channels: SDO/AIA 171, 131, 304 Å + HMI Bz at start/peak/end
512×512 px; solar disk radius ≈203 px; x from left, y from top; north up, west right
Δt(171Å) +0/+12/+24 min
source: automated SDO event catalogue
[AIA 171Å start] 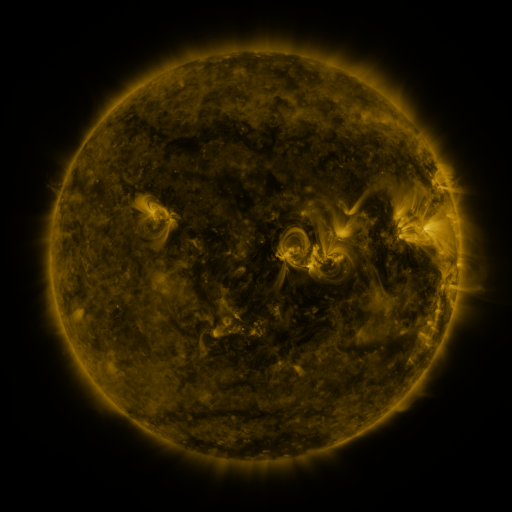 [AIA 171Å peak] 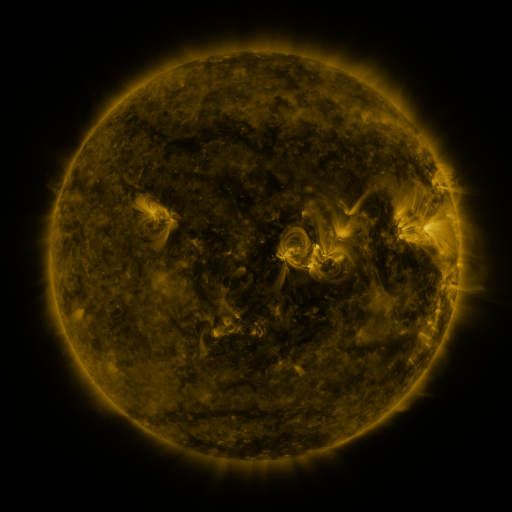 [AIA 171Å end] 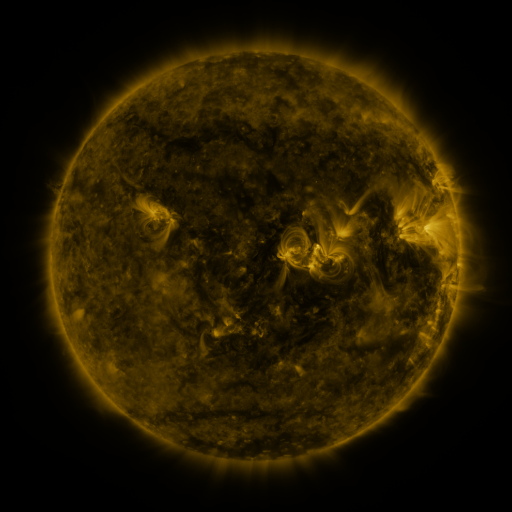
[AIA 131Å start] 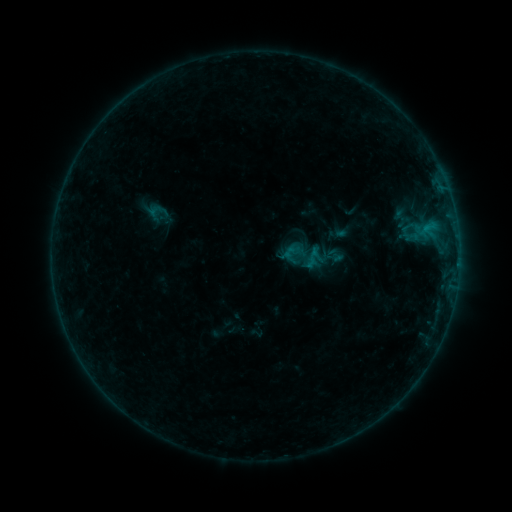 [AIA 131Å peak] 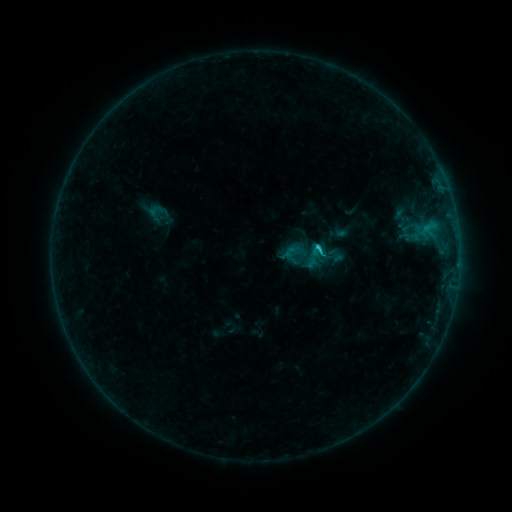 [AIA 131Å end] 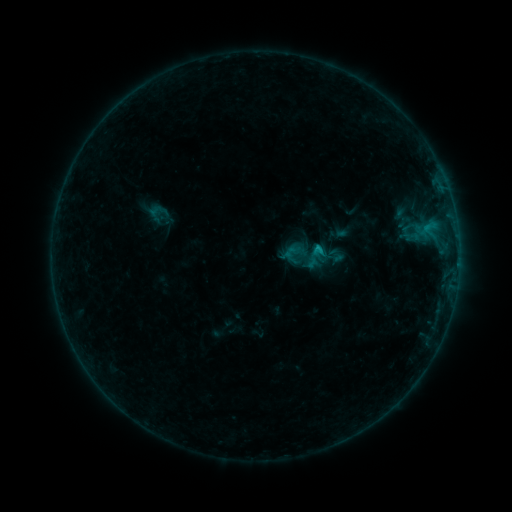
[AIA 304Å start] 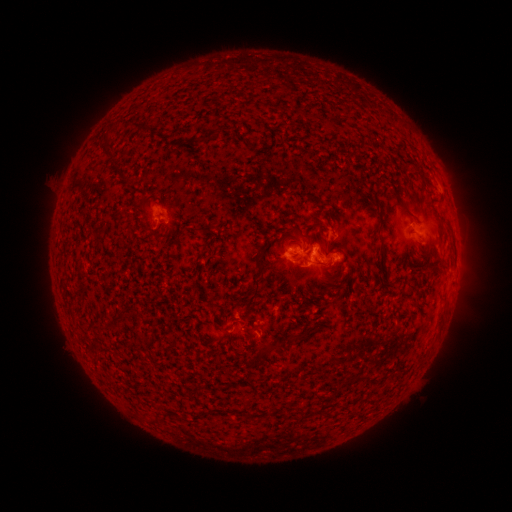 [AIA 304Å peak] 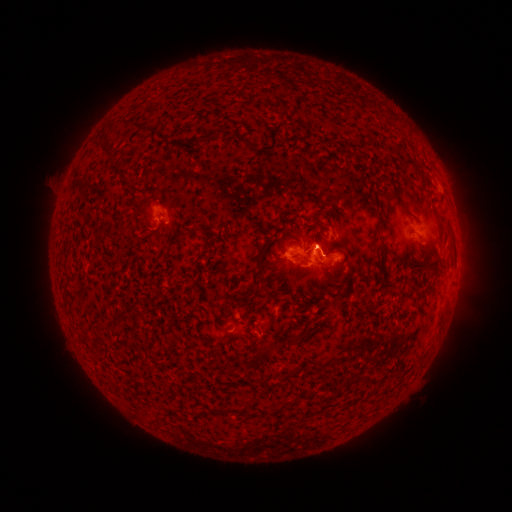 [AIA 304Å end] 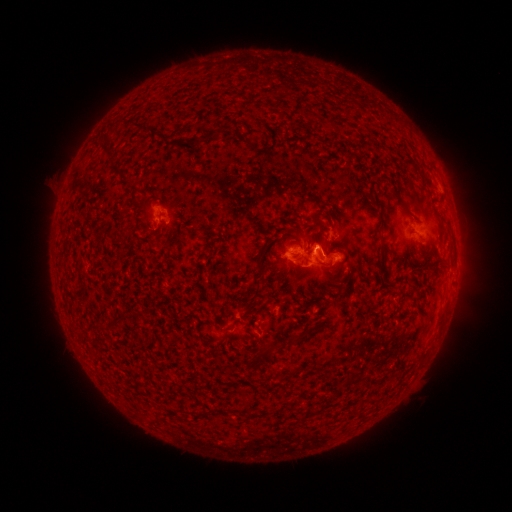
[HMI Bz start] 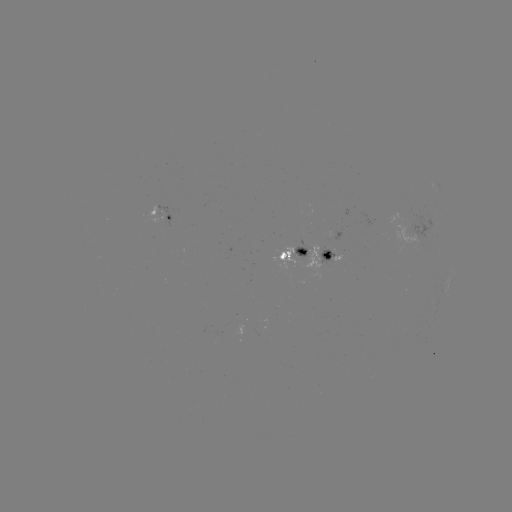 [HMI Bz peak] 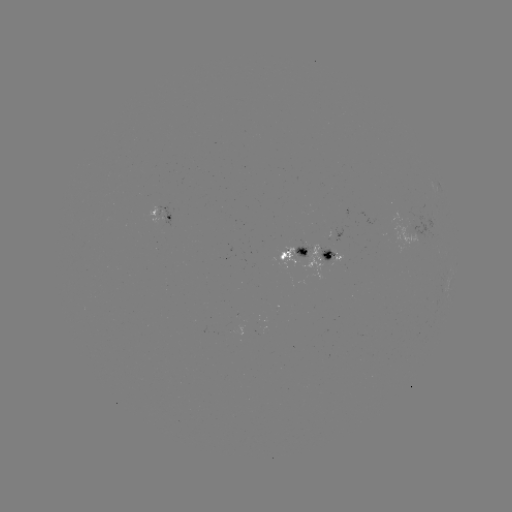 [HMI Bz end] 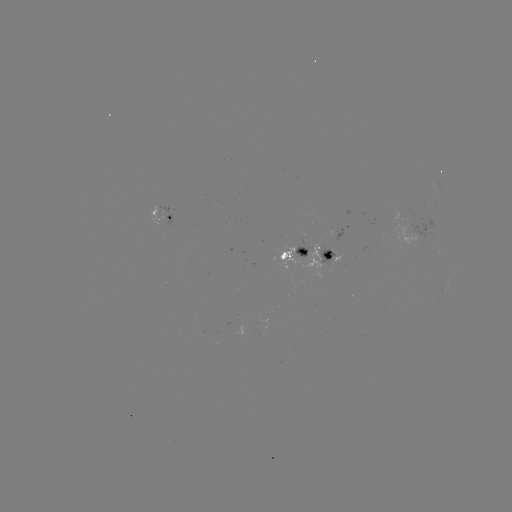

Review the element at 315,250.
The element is C1.0 flare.